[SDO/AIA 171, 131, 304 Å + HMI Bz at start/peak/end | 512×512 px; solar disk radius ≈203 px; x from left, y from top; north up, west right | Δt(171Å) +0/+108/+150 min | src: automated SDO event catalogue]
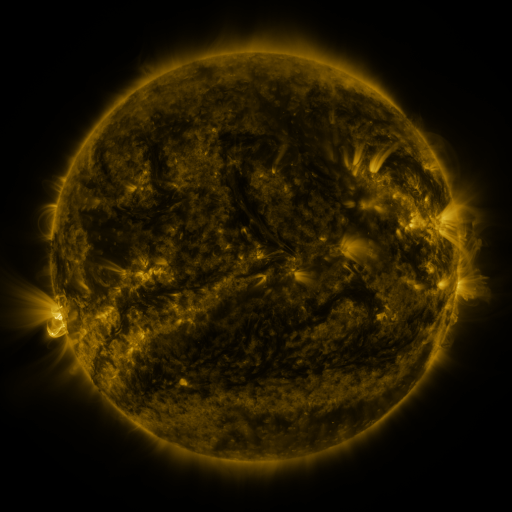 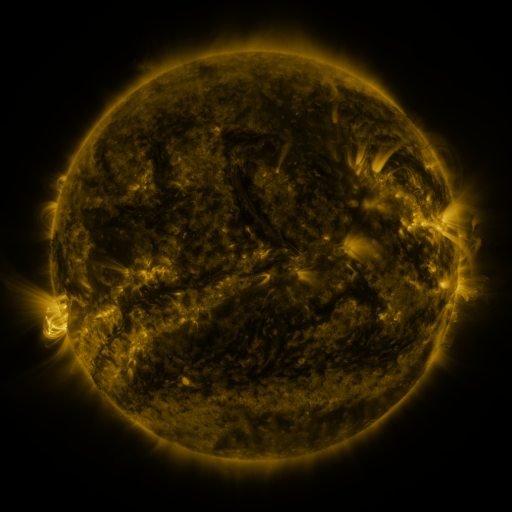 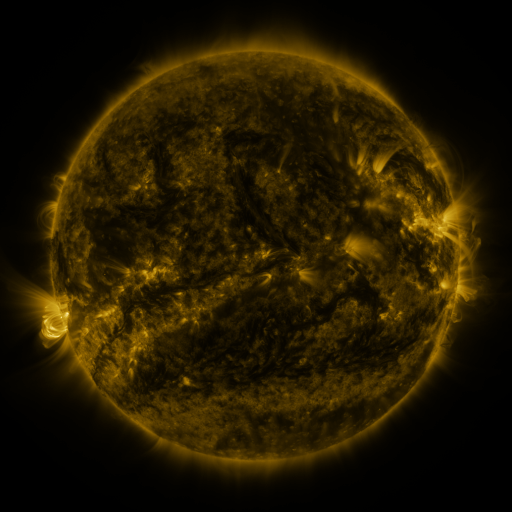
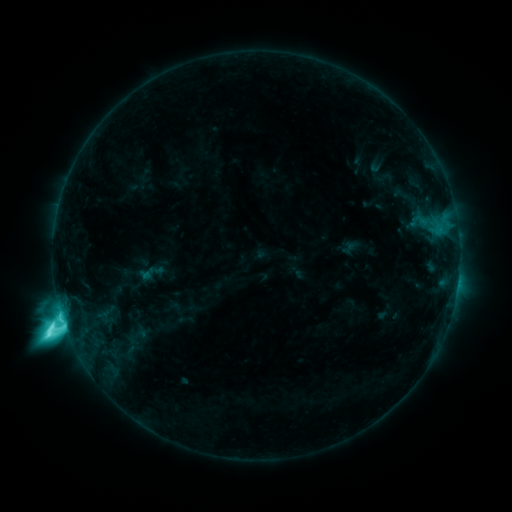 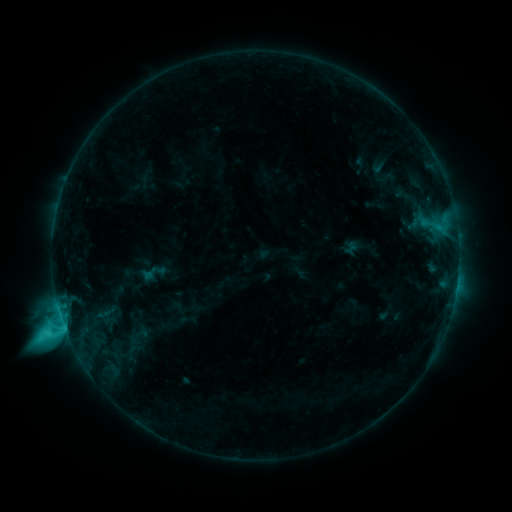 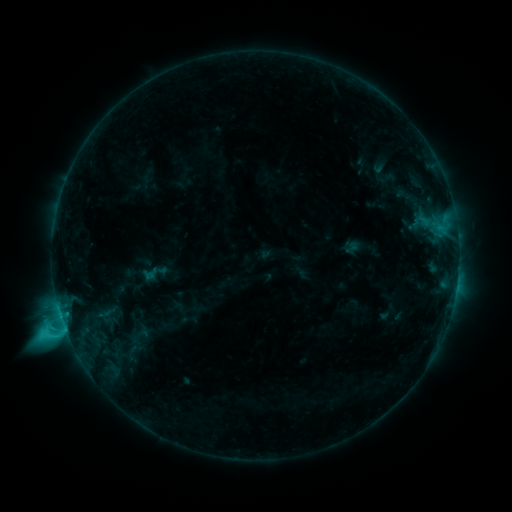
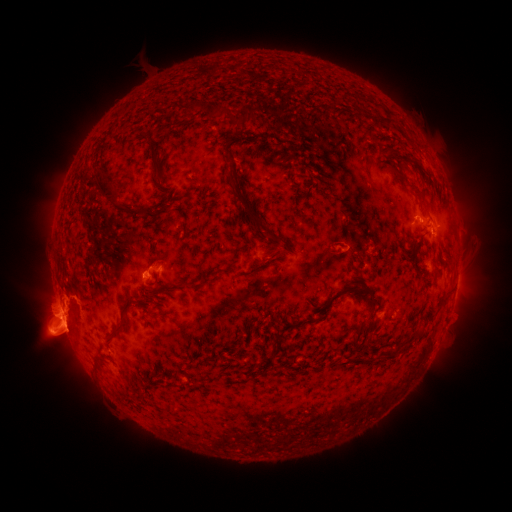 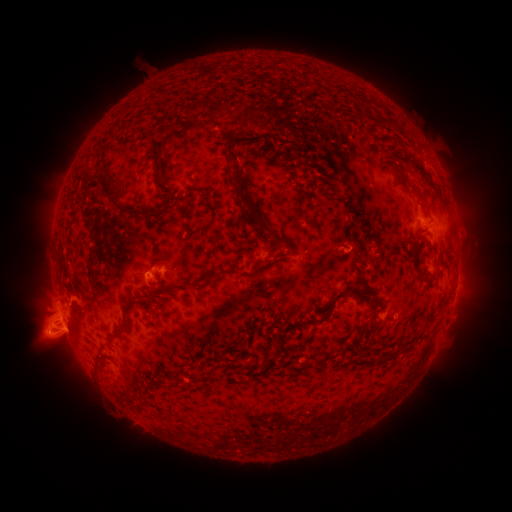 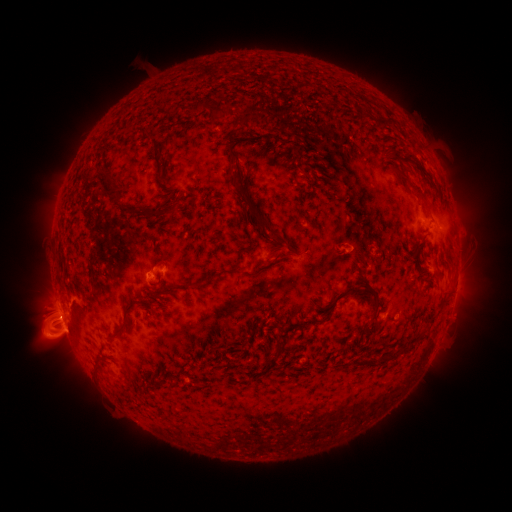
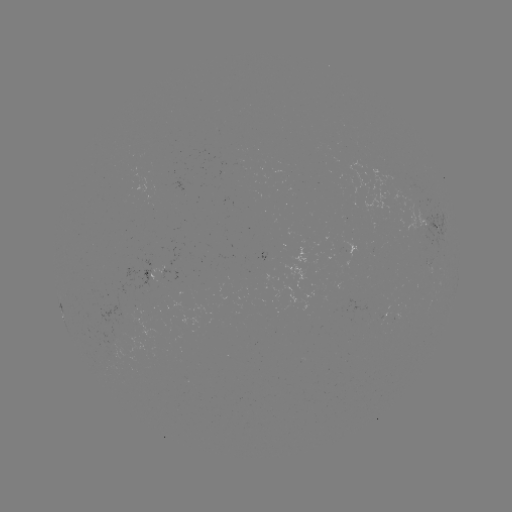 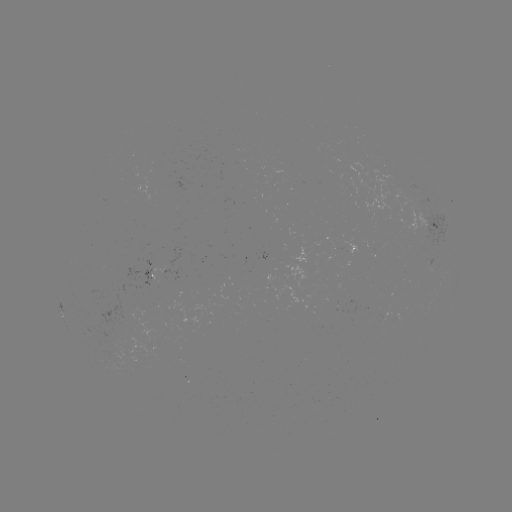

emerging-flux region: [121, 309, 162, 339]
